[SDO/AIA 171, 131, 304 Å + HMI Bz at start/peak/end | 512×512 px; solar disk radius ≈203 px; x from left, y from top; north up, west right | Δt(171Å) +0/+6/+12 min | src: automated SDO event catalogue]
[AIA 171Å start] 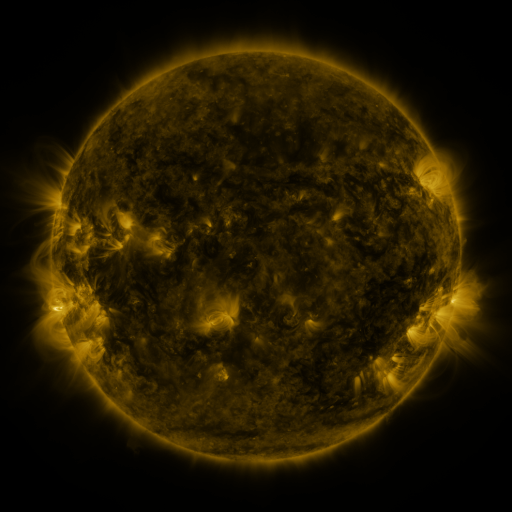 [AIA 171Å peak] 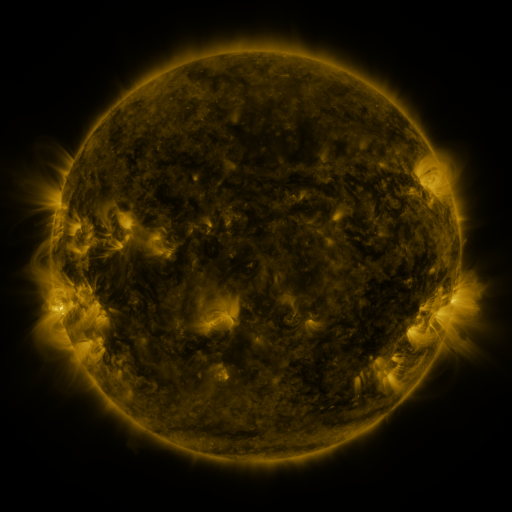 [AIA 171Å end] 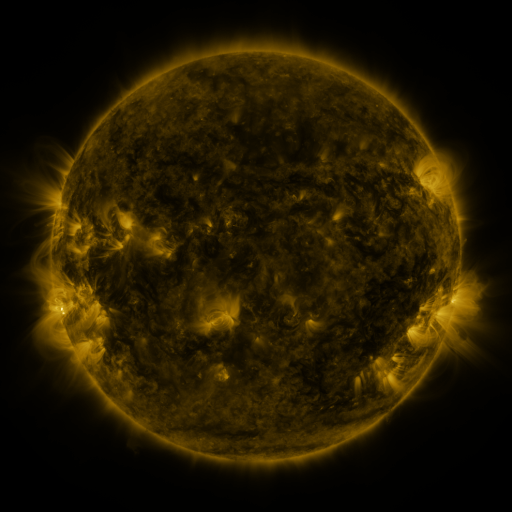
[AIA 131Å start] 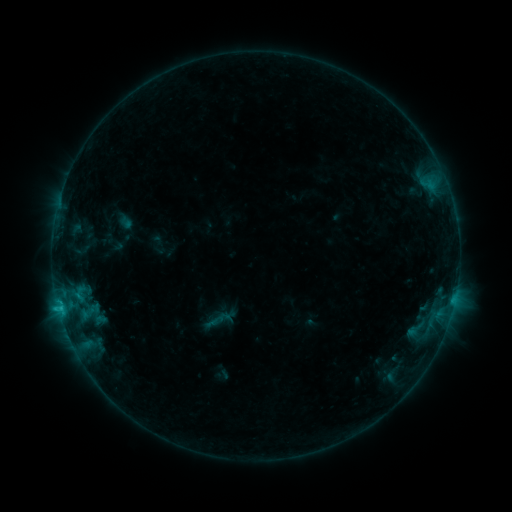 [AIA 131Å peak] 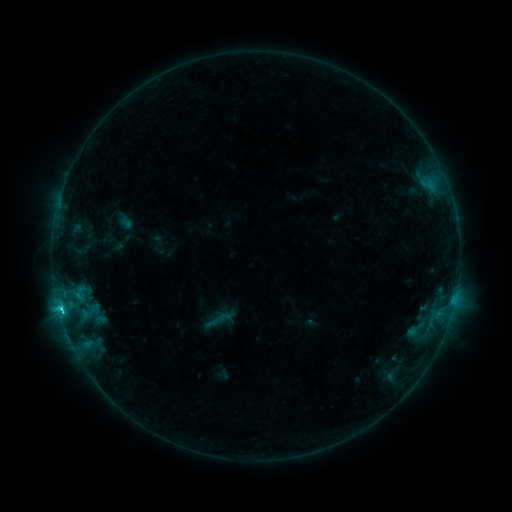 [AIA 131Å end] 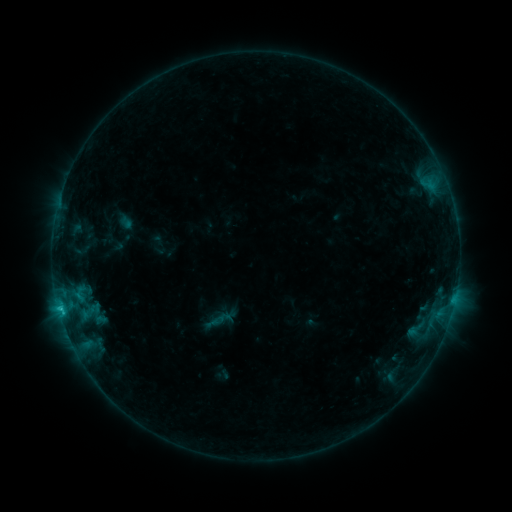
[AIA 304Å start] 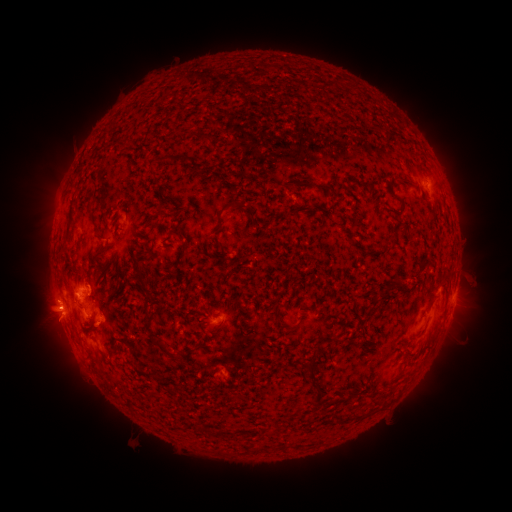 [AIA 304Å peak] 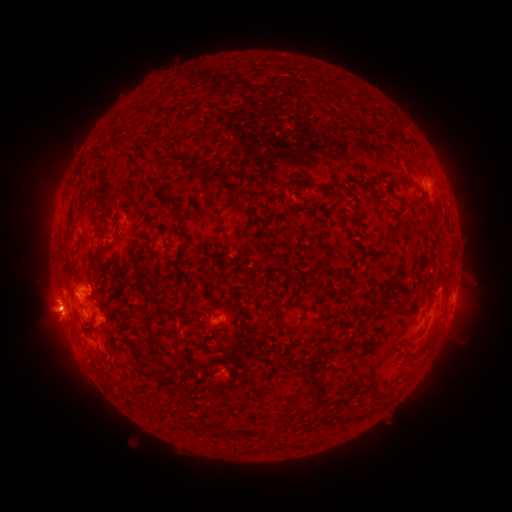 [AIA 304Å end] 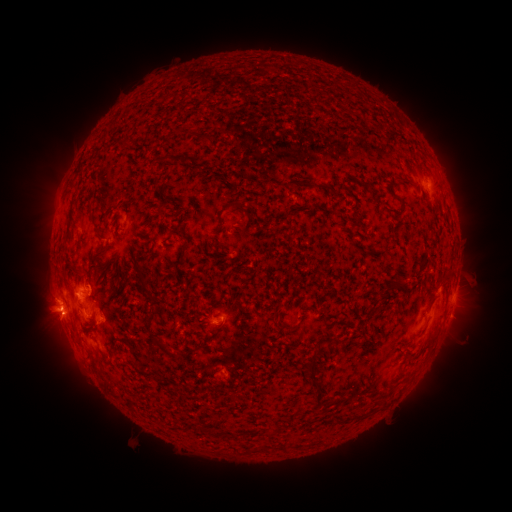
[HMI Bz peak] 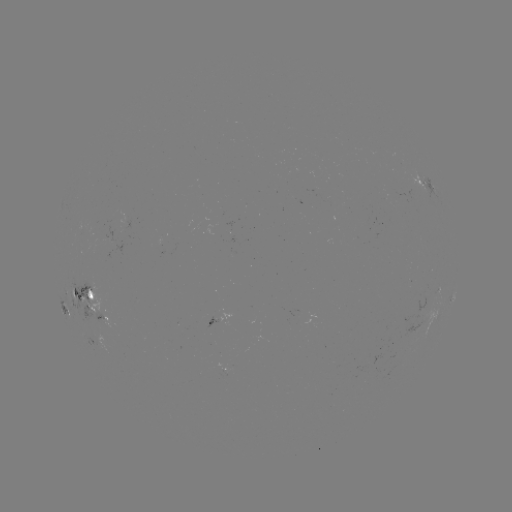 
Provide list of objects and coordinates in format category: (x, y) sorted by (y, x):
C1.4 flare: (63, 310)
